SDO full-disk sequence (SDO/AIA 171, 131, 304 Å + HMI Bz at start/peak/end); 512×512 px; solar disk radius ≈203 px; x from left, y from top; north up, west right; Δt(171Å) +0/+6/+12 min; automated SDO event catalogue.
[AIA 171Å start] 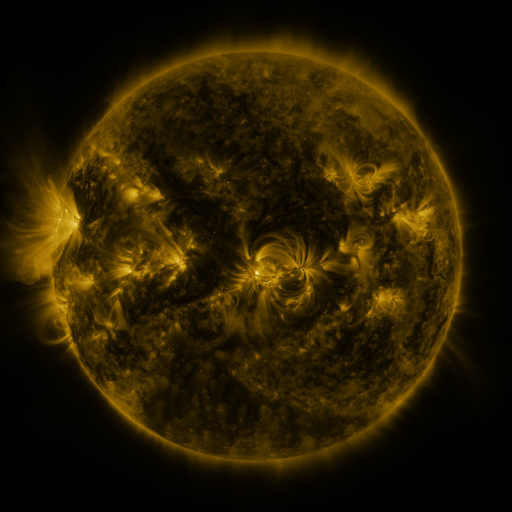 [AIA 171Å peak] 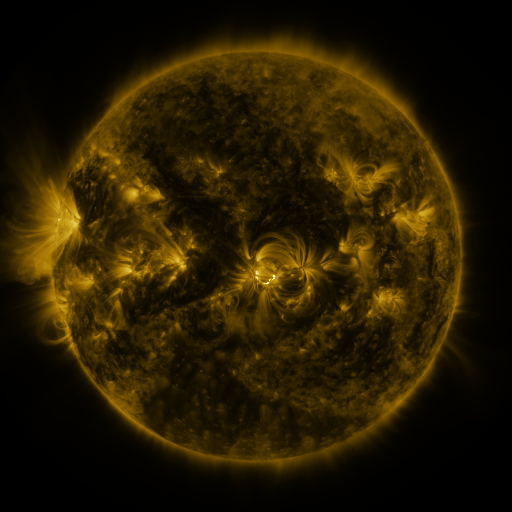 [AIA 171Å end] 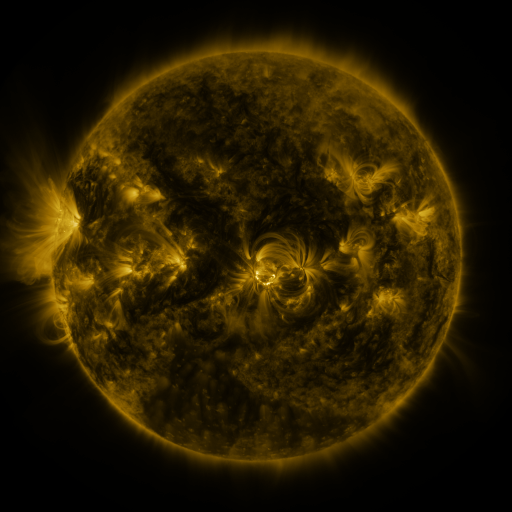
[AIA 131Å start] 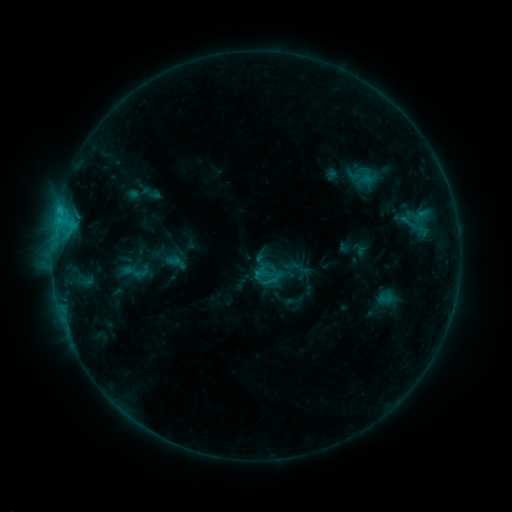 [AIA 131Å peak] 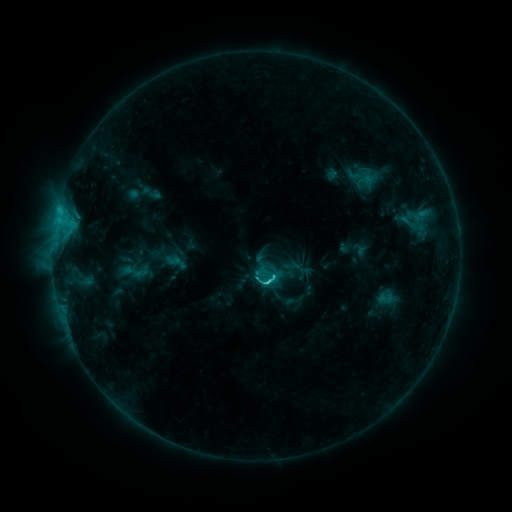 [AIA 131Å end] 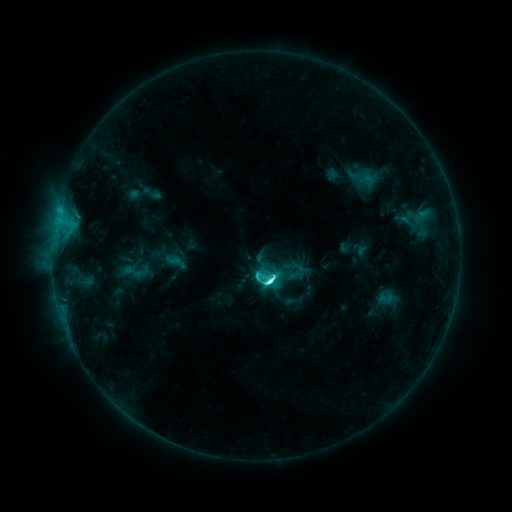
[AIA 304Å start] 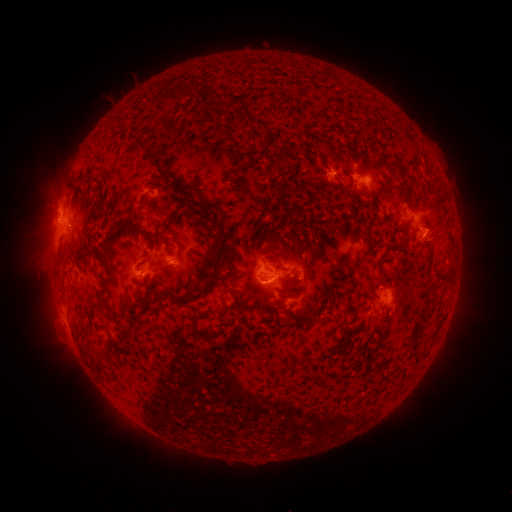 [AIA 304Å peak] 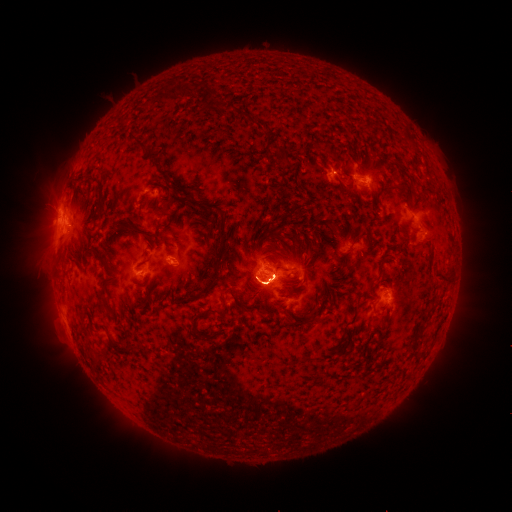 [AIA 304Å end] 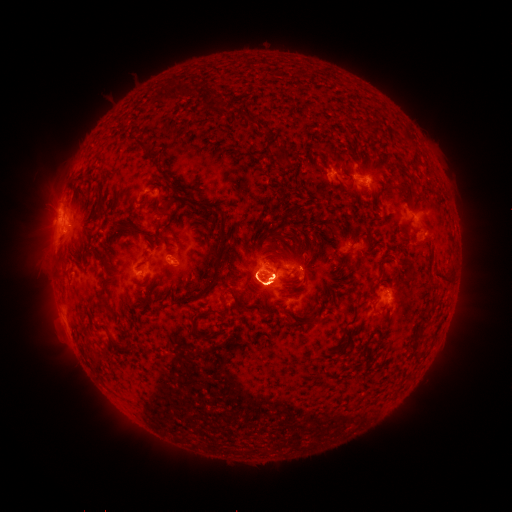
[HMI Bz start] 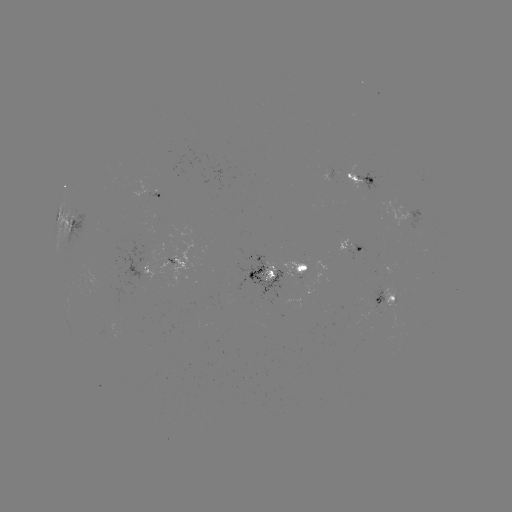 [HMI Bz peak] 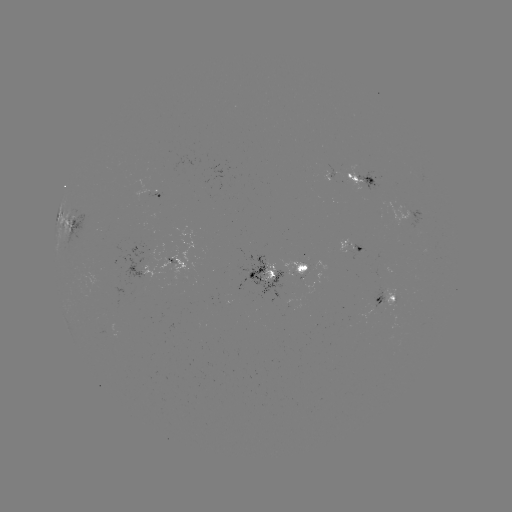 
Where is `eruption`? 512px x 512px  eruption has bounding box [231, 267, 290, 325].